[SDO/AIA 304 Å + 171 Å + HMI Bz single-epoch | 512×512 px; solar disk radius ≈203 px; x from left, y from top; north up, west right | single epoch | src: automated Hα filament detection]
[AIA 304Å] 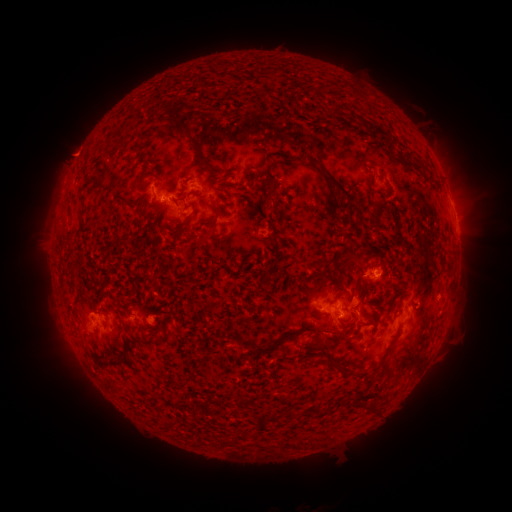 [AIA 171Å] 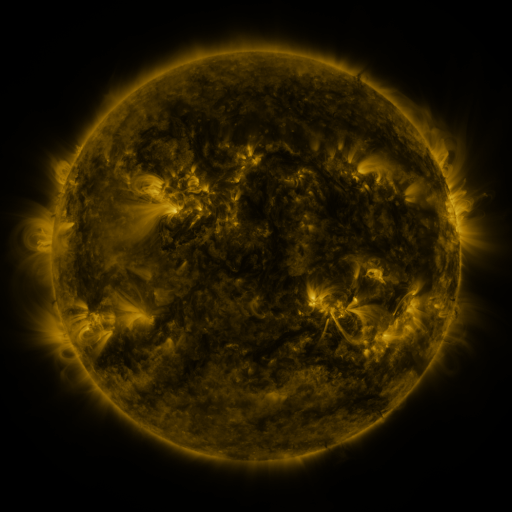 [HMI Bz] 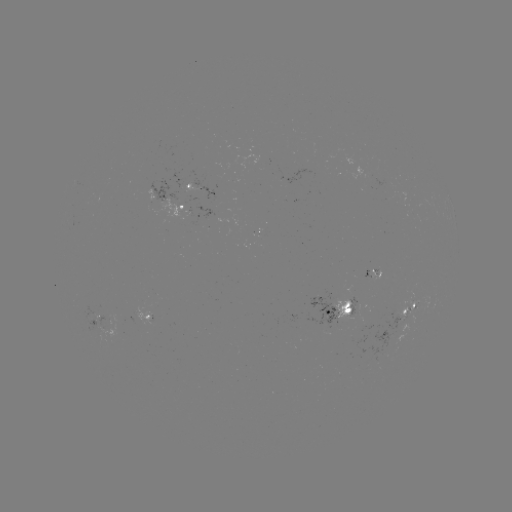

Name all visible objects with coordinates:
filament: (335, 113)
filament: (185, 131)
filament: (375, 132)
filament: (415, 166)
filament: (329, 176)
filament: (268, 191)
filament: (136, 202)
filament: (378, 214)
filament: (397, 227)
filament: (213, 230)
filament: (173, 233)
filament: (354, 258)
filament: (341, 293)
filament: (369, 323)
filament: (316, 332)
filament: (348, 339)
filament: (267, 343)
filament: (325, 354)
filament: (124, 357)
filament: (196, 367)
filament: (371, 410)
filament: (292, 446)
